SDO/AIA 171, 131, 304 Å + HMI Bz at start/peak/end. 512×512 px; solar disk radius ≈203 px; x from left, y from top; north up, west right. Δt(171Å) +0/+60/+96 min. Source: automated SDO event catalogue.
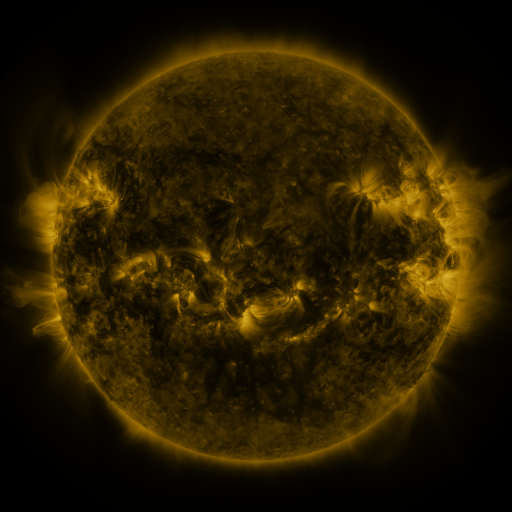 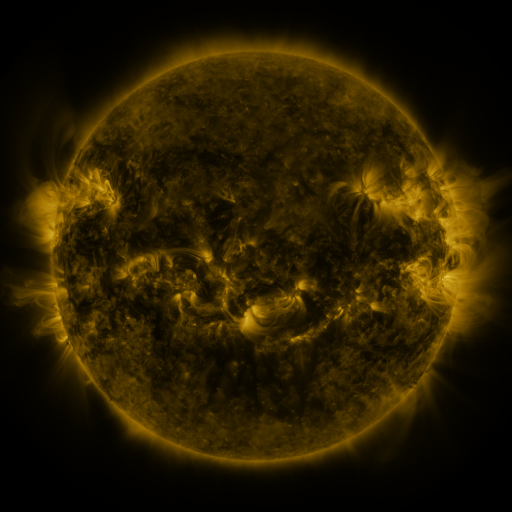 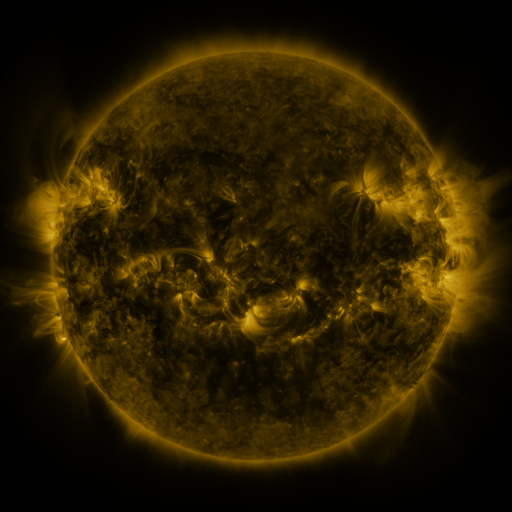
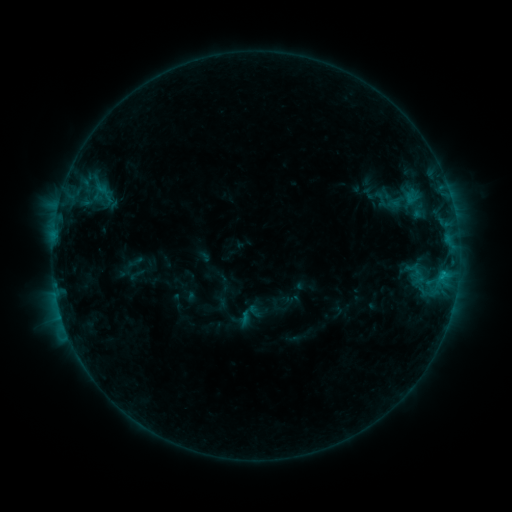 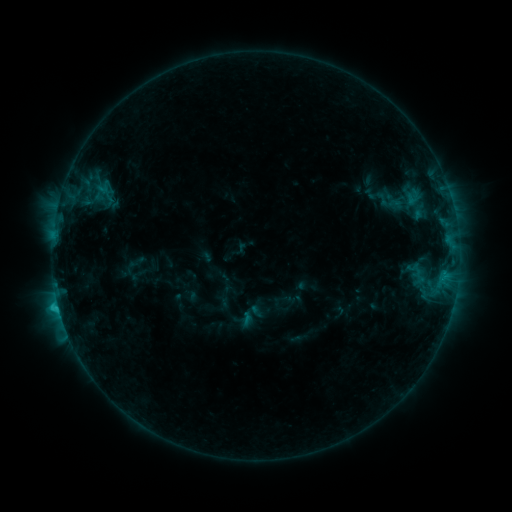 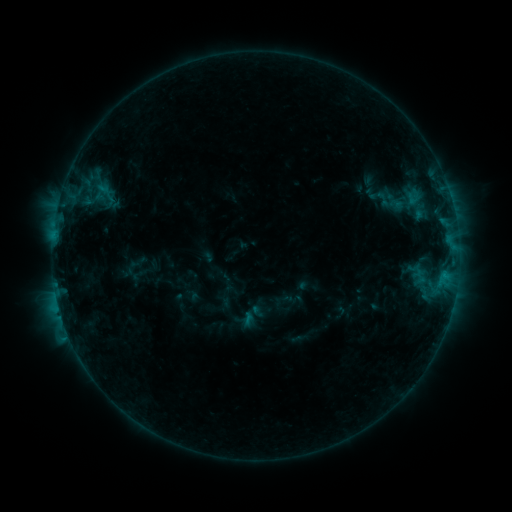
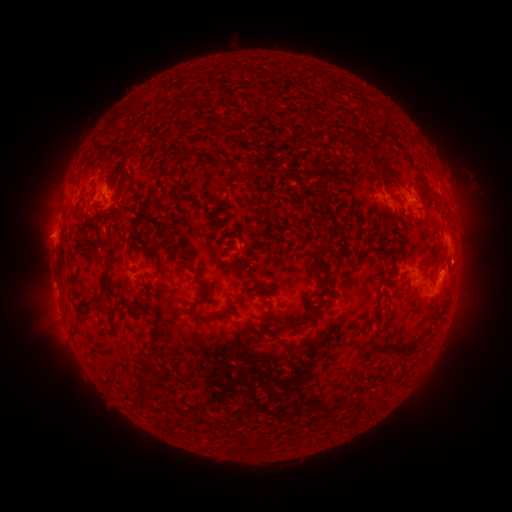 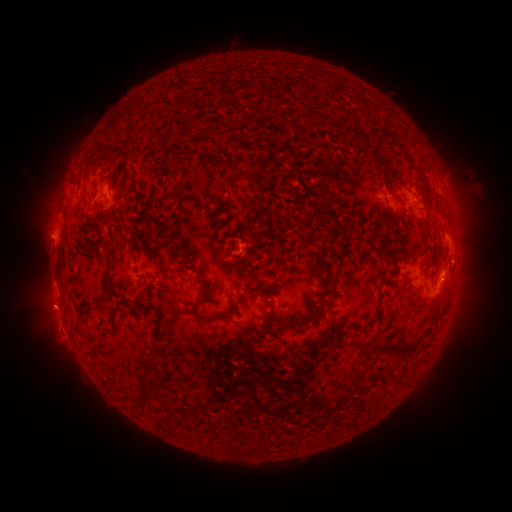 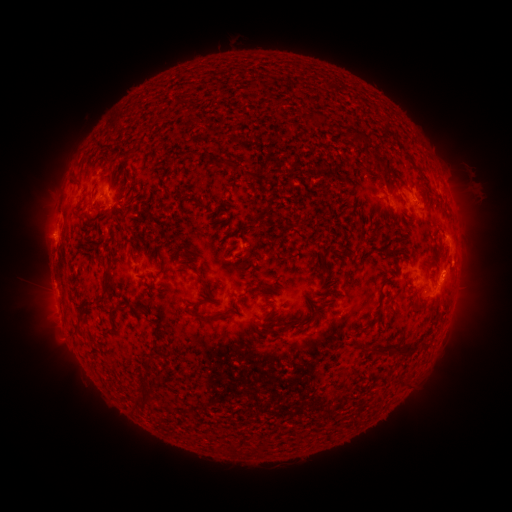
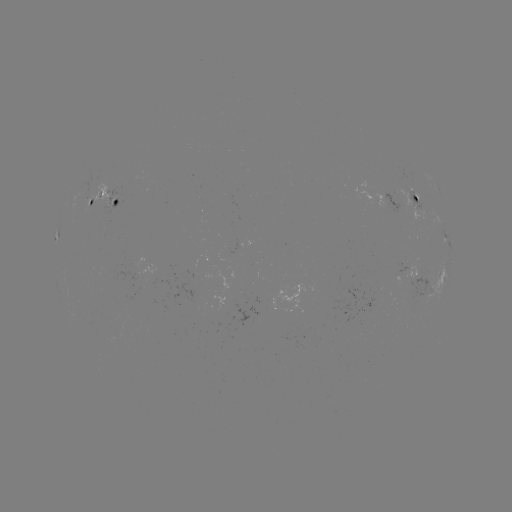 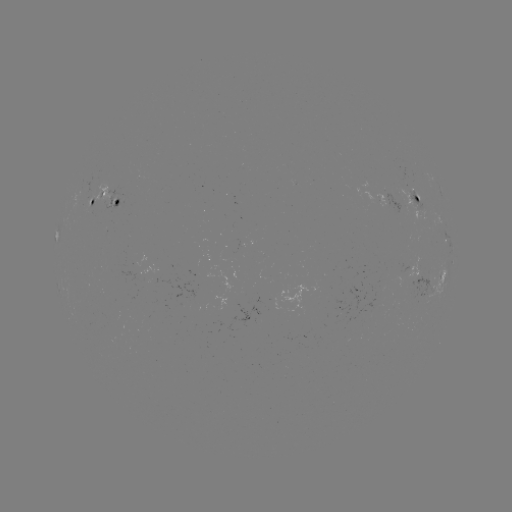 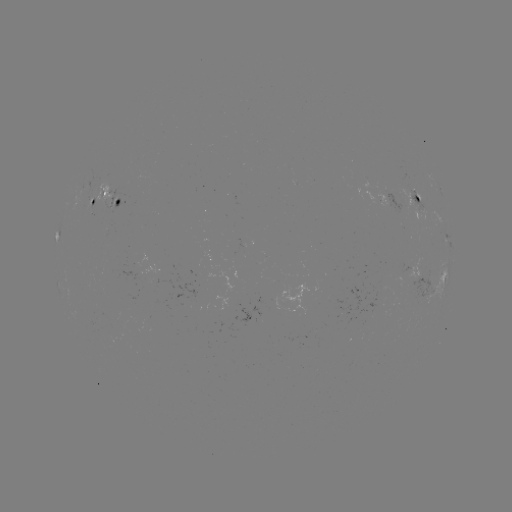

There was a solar emerging-flux region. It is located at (117, 199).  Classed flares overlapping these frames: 1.